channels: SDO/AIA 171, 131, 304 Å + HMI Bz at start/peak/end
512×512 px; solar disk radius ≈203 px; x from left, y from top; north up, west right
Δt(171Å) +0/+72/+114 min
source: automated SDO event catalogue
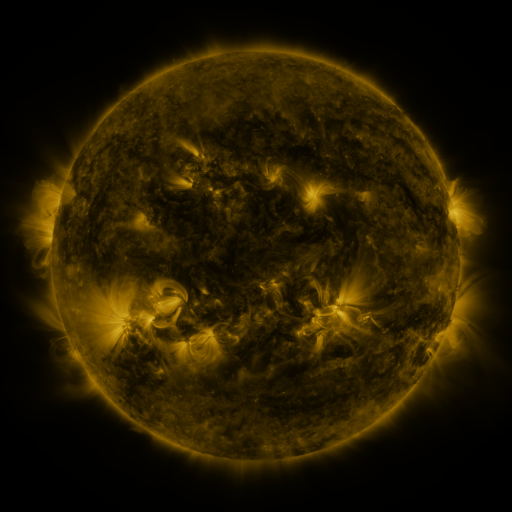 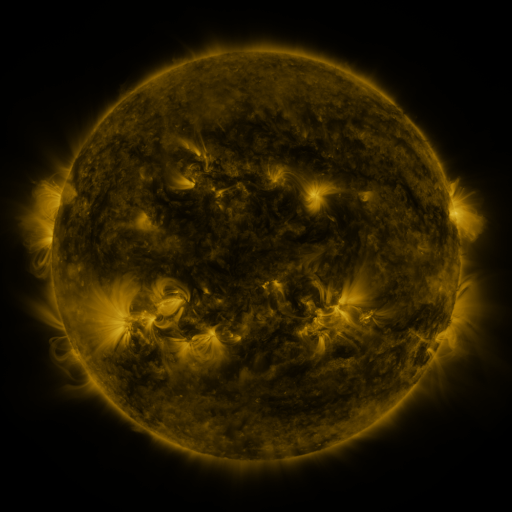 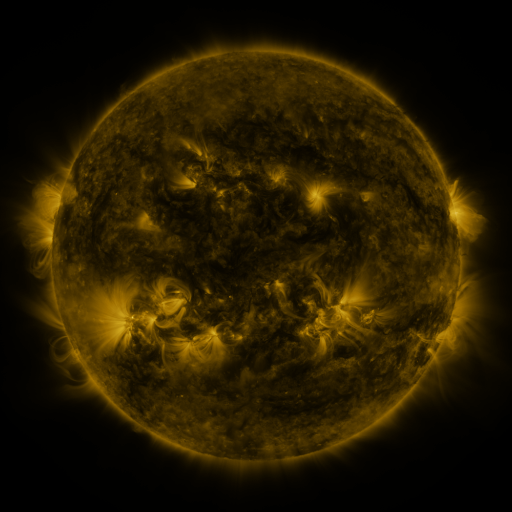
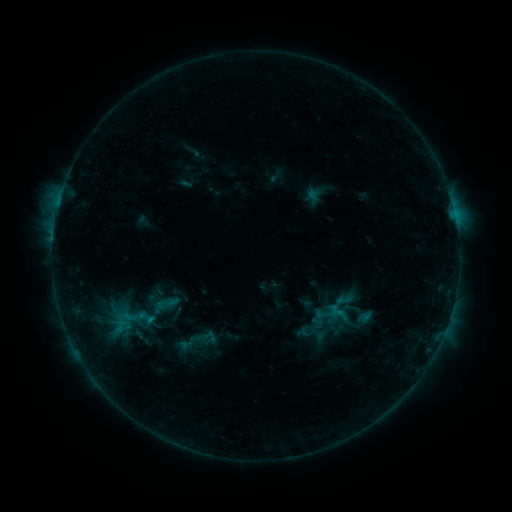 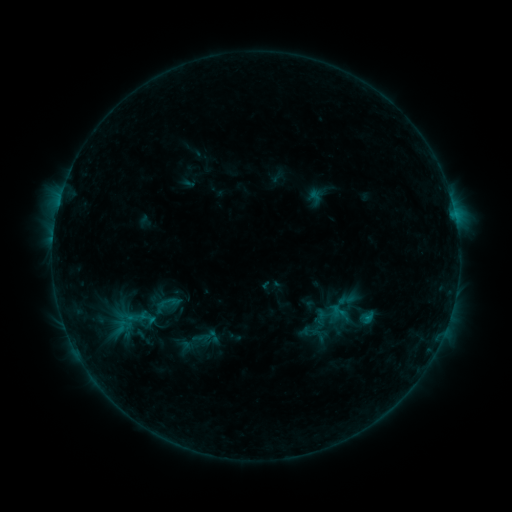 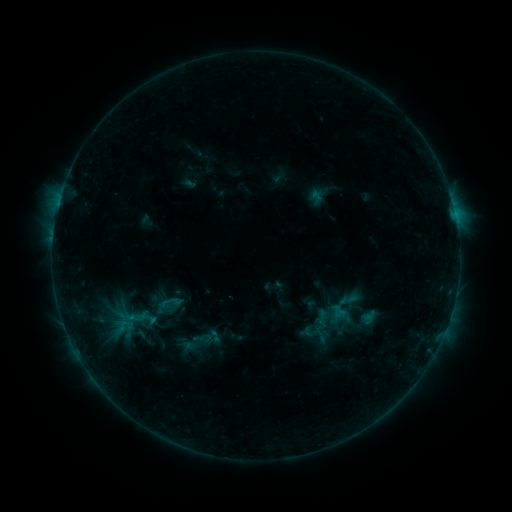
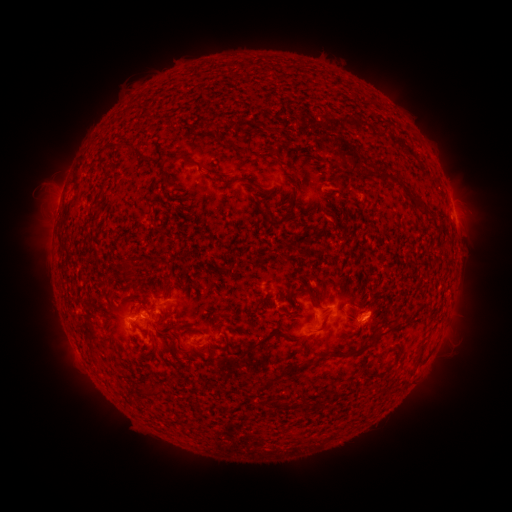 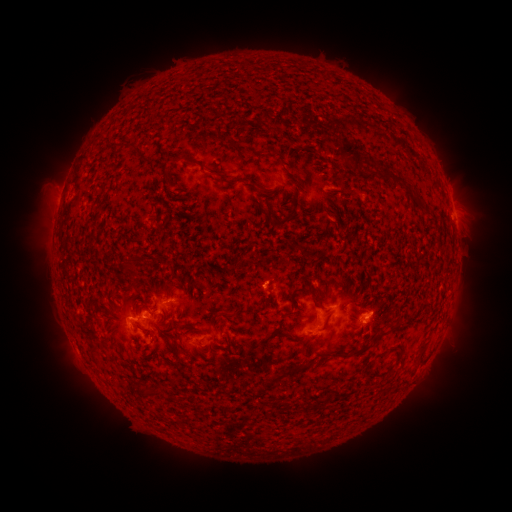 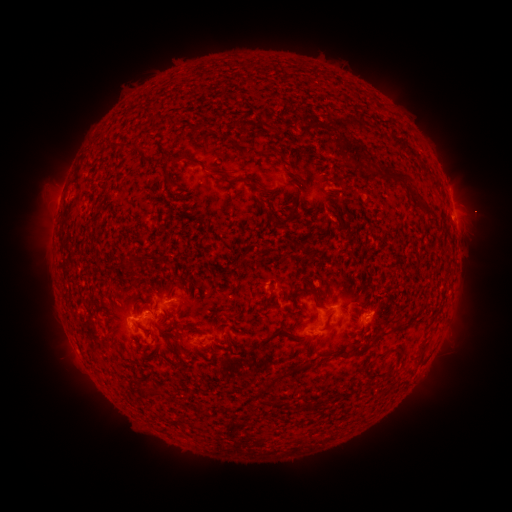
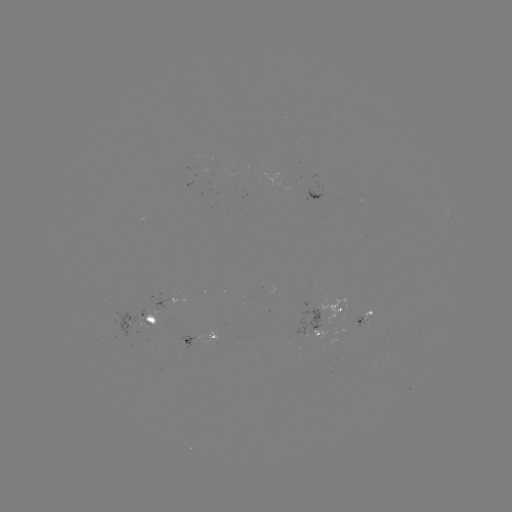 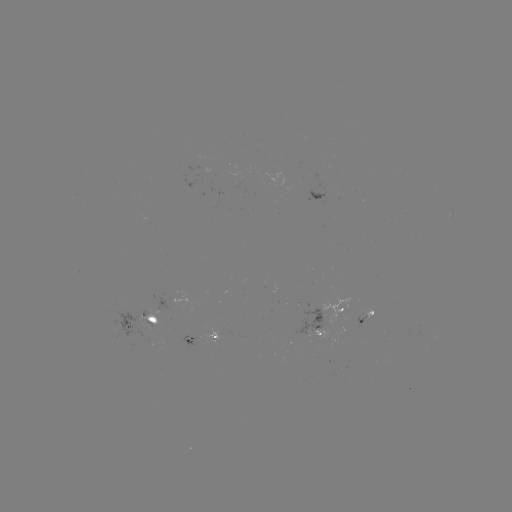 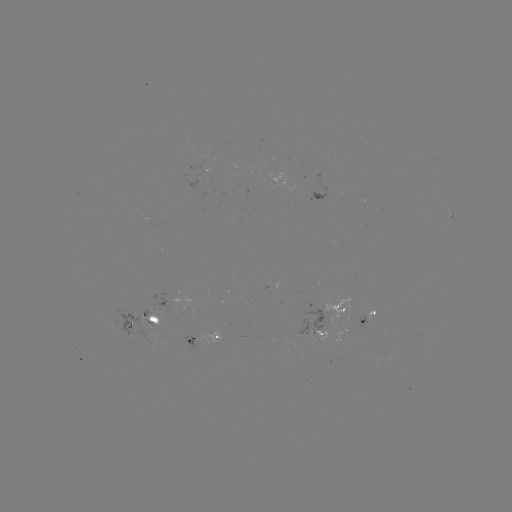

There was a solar emerging-flux region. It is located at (366, 314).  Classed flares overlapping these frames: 1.